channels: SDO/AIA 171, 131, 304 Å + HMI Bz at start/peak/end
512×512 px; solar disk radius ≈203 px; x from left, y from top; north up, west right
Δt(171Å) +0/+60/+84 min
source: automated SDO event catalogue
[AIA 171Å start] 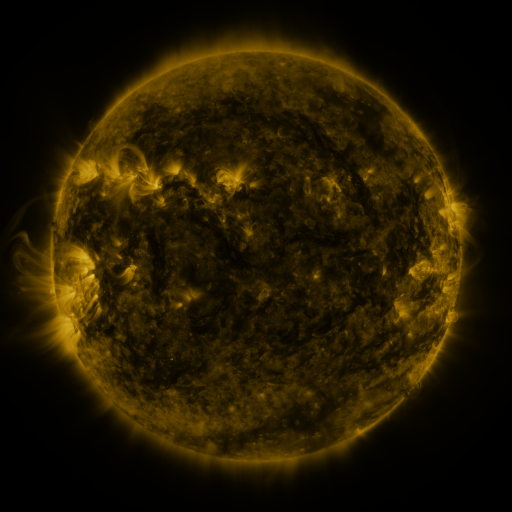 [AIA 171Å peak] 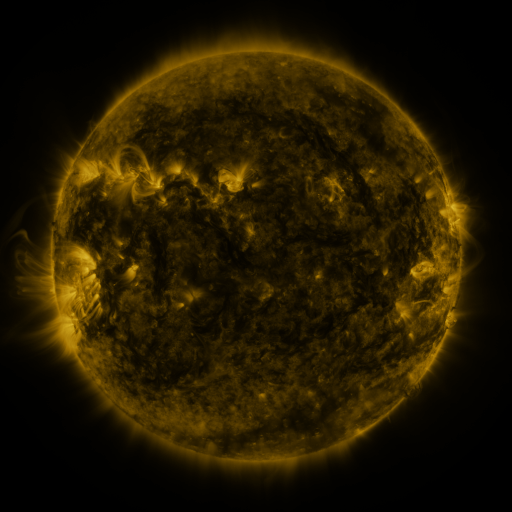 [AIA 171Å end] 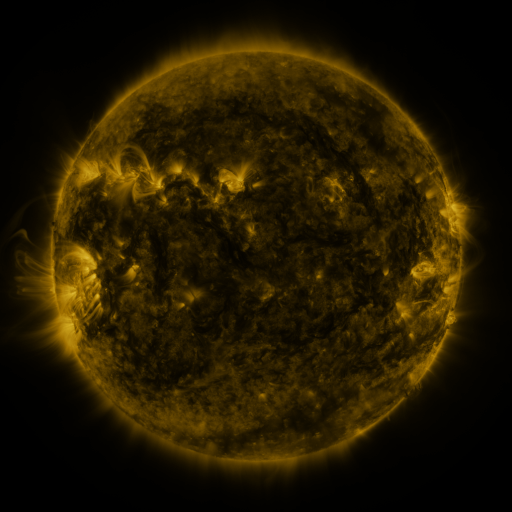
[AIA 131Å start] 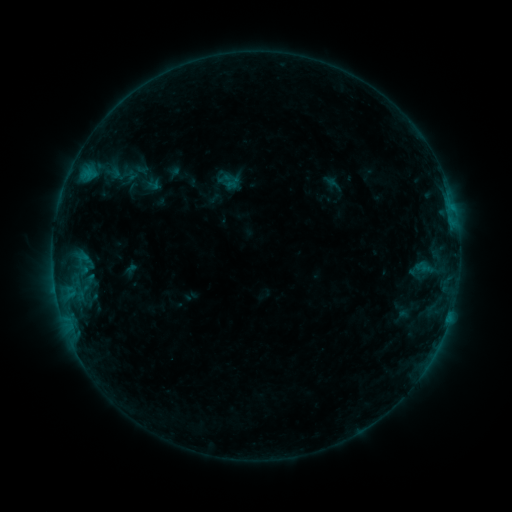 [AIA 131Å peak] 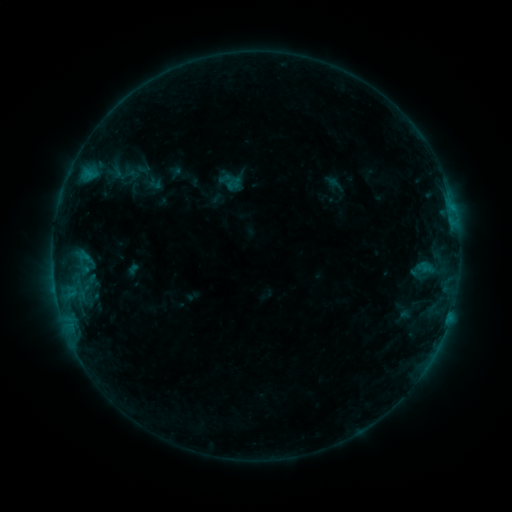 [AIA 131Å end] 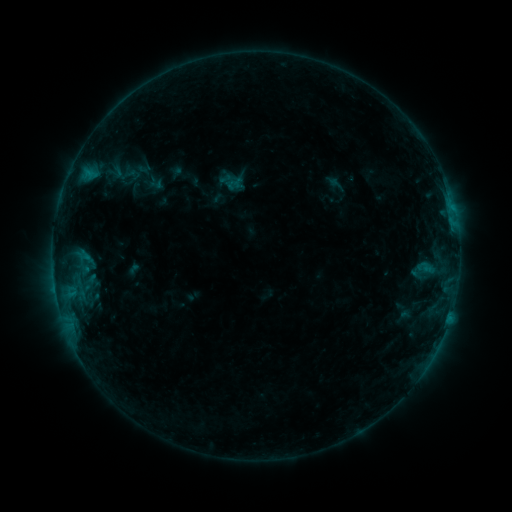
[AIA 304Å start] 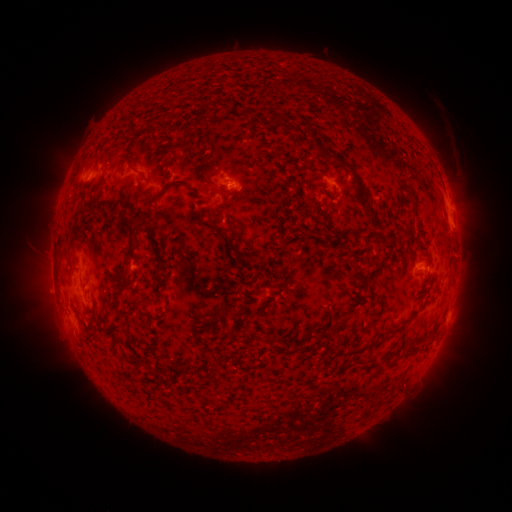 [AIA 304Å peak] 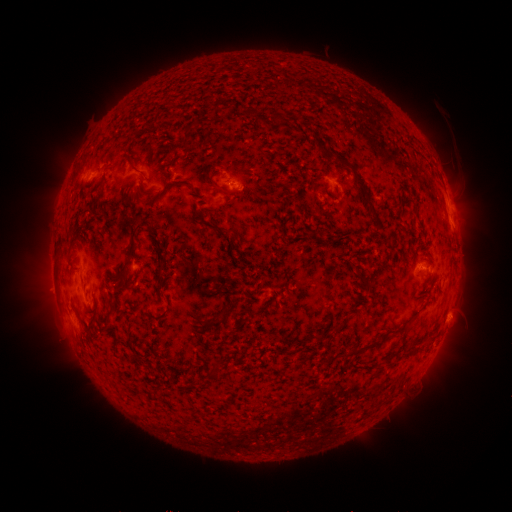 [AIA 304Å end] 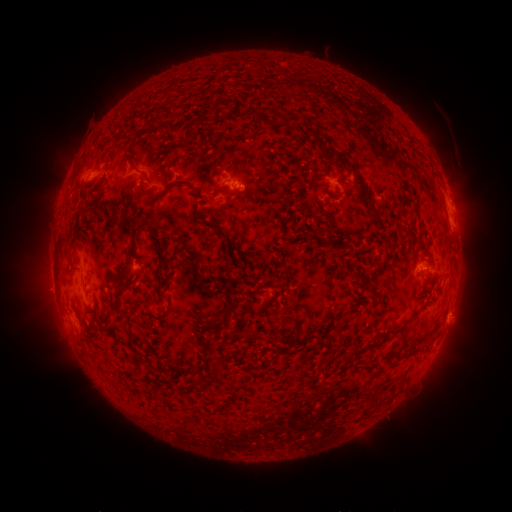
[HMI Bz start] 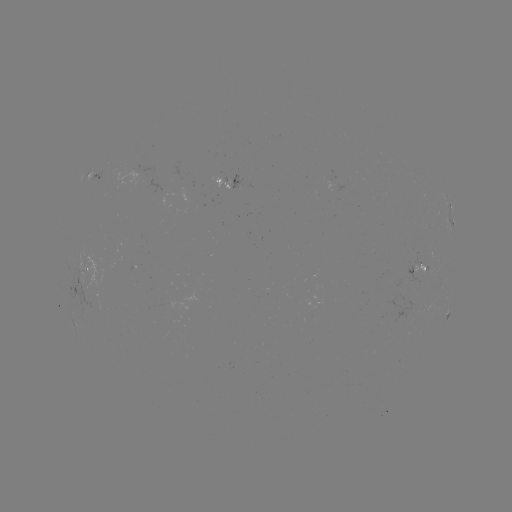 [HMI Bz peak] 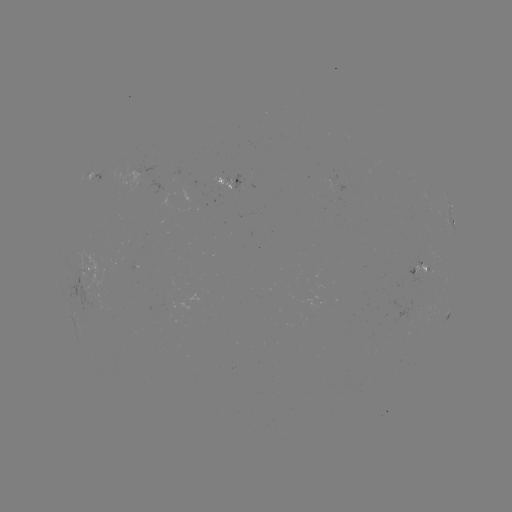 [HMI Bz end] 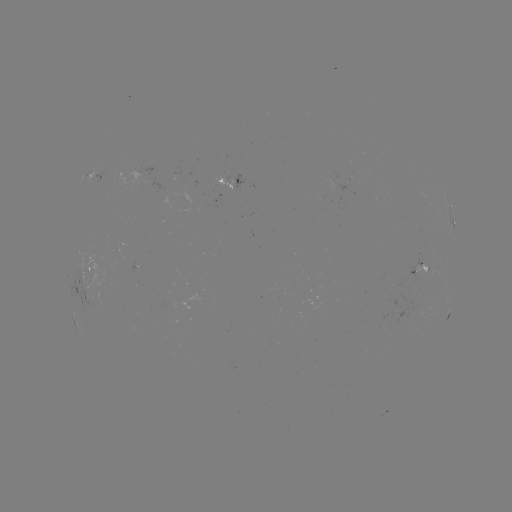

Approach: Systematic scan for emerging-flux region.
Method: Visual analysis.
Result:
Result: emerging-flux region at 226,179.